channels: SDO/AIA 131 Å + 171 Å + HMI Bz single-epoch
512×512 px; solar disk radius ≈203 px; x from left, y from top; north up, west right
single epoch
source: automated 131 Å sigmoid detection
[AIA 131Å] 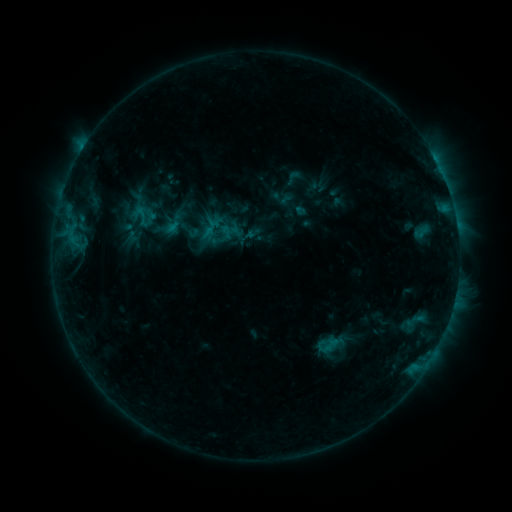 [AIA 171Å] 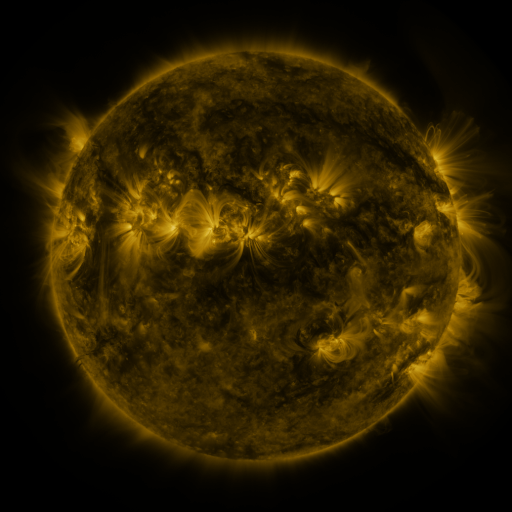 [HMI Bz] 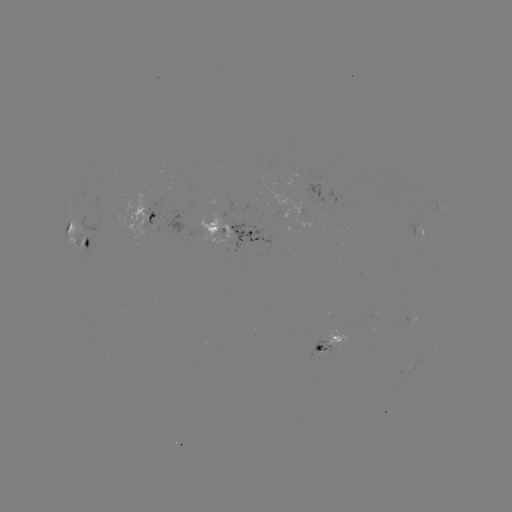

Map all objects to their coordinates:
sigmoid: [282, 168, 304, 186]
sigmoid: [314, 333, 338, 357]
